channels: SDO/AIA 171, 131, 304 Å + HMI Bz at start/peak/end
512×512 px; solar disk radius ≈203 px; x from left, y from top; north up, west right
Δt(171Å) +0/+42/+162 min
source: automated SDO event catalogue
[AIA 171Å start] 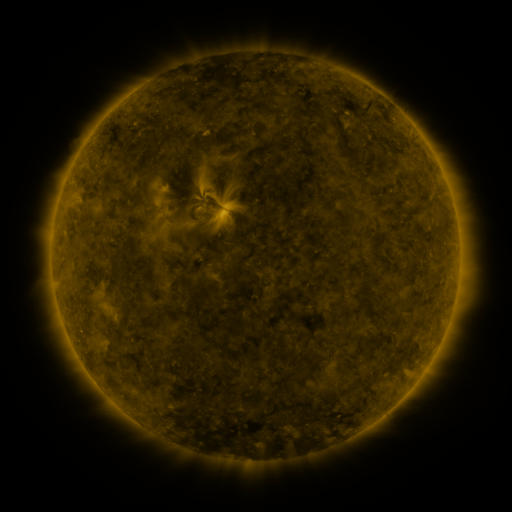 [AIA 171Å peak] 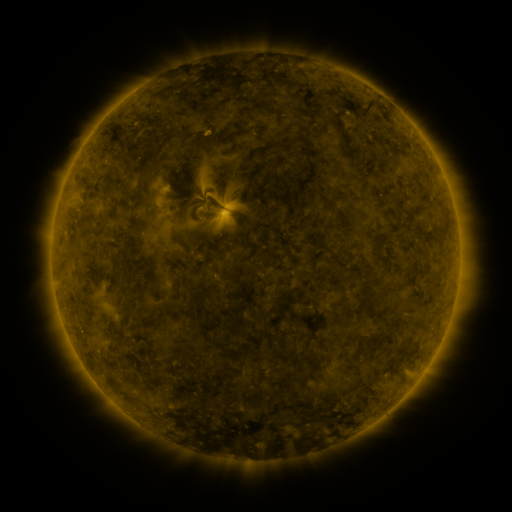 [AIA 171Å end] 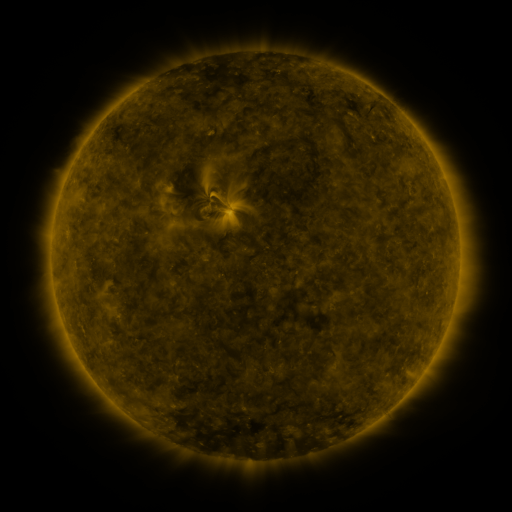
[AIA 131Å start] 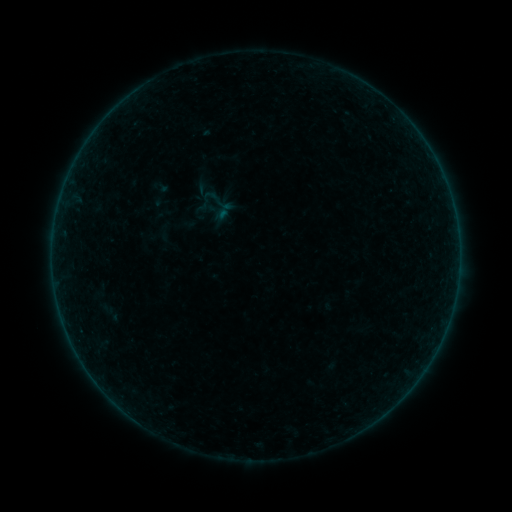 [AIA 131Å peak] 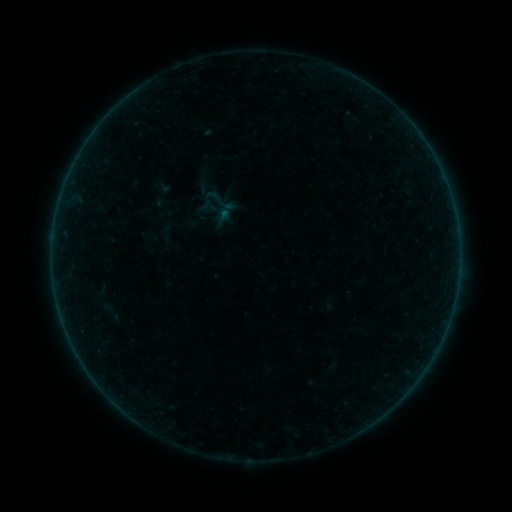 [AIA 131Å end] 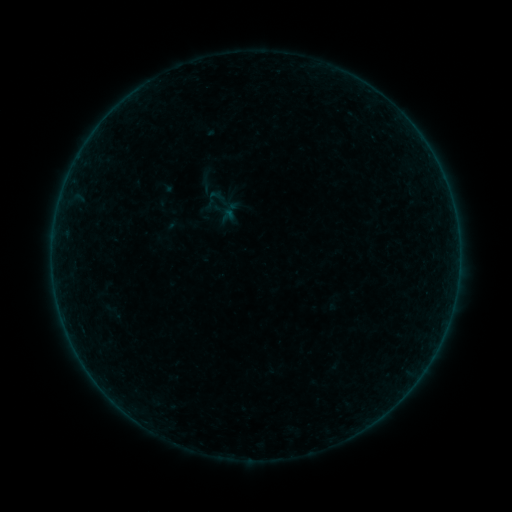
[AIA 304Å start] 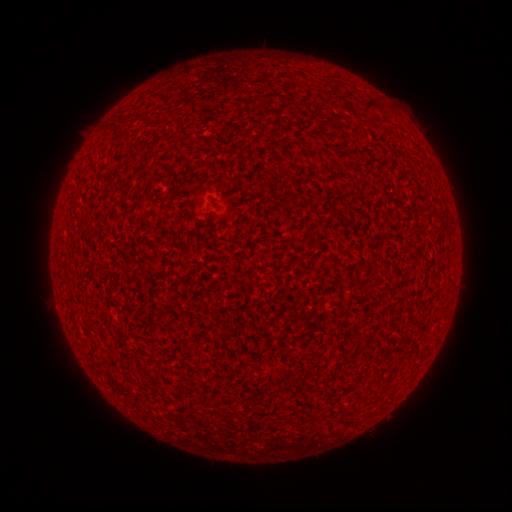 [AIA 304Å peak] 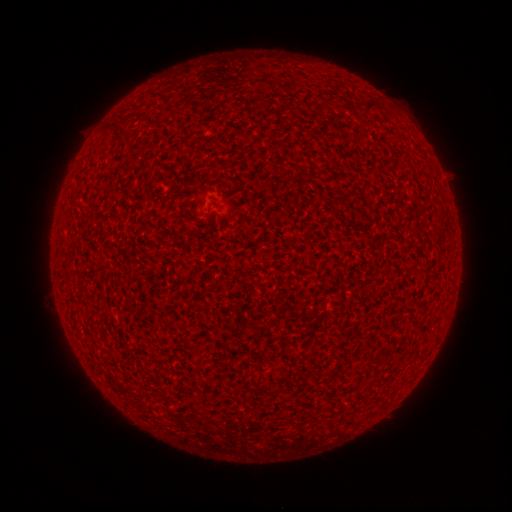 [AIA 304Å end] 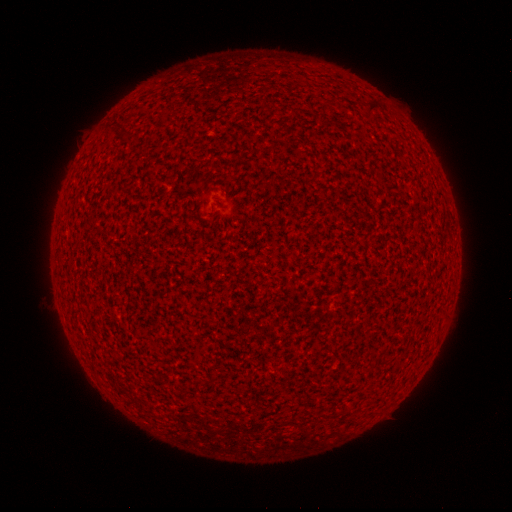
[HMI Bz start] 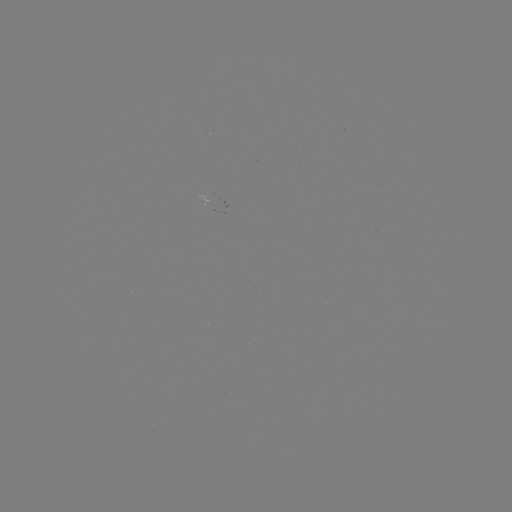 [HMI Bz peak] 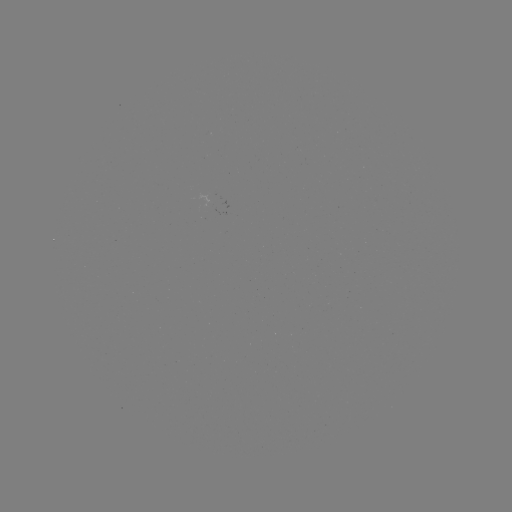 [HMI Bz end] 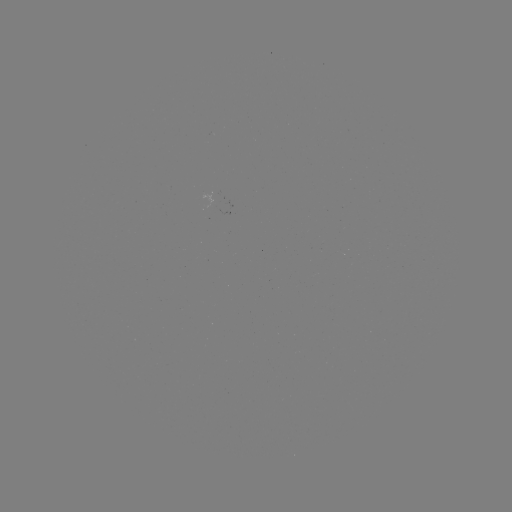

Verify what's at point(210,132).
A1.6 flare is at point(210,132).